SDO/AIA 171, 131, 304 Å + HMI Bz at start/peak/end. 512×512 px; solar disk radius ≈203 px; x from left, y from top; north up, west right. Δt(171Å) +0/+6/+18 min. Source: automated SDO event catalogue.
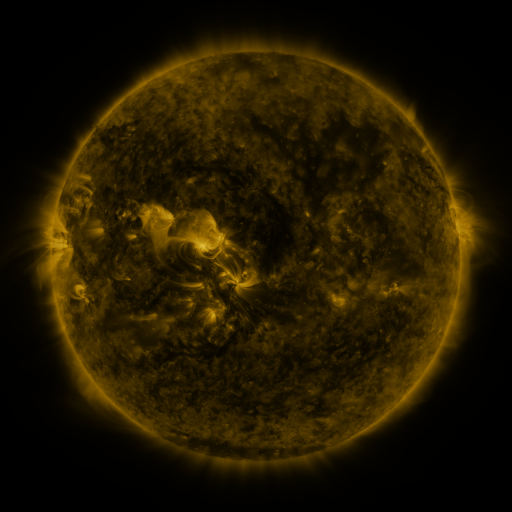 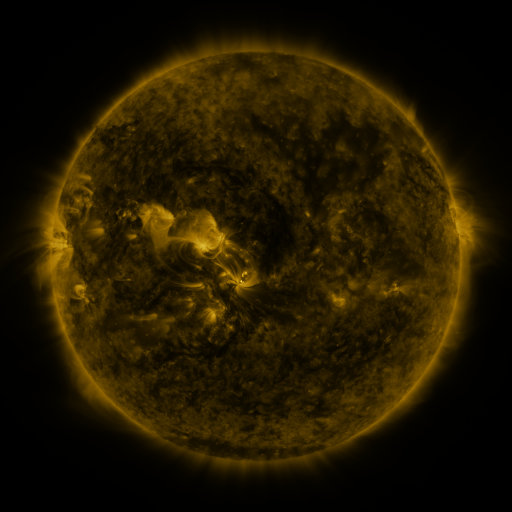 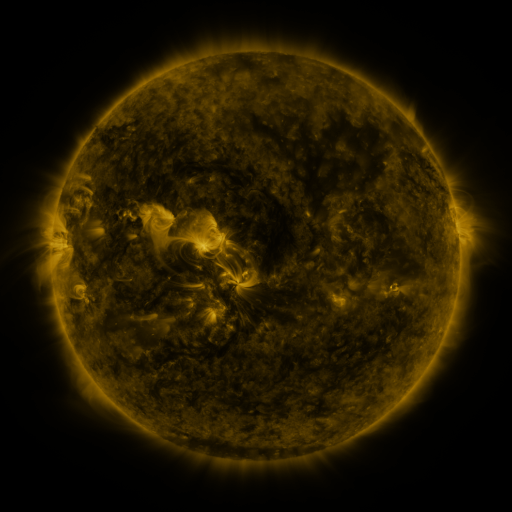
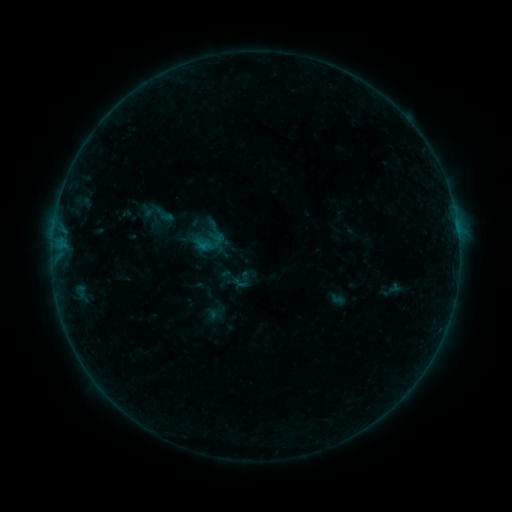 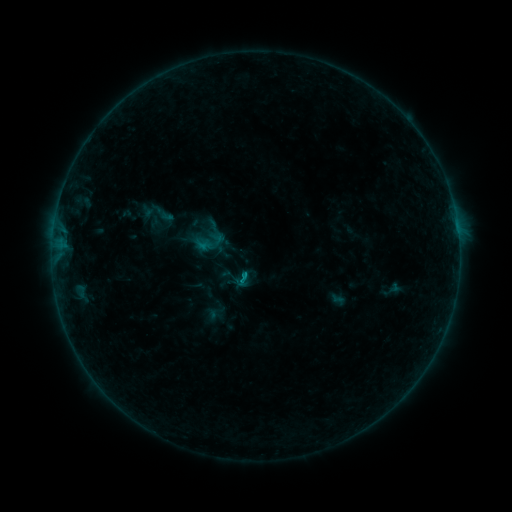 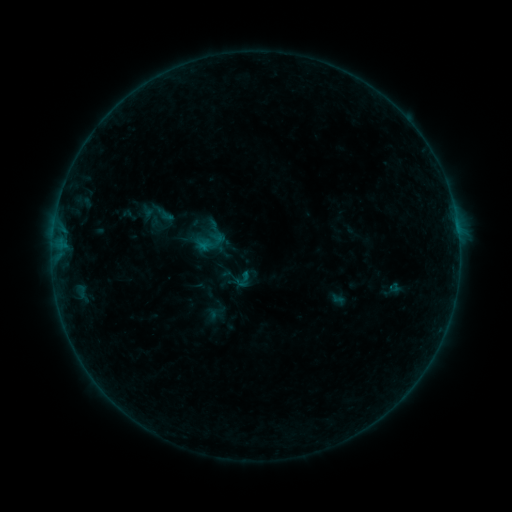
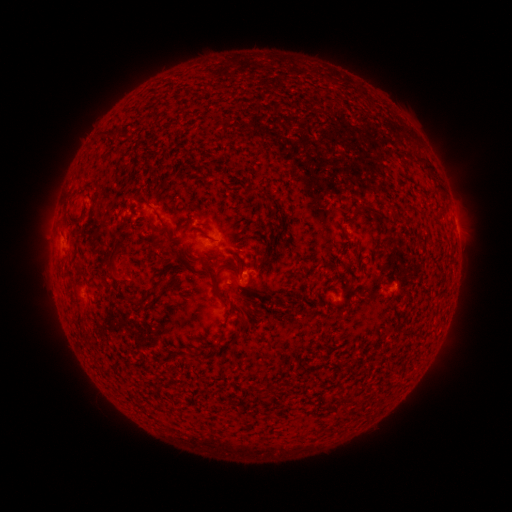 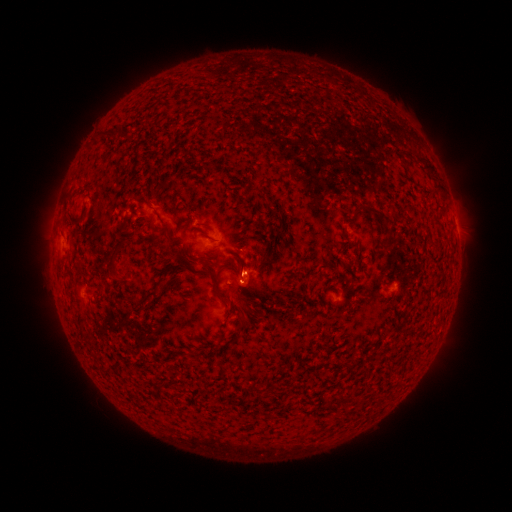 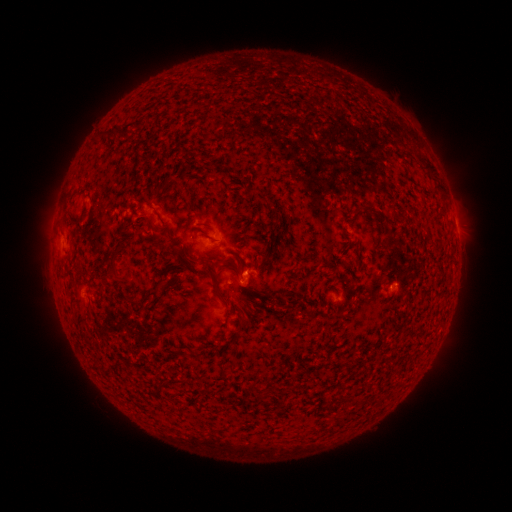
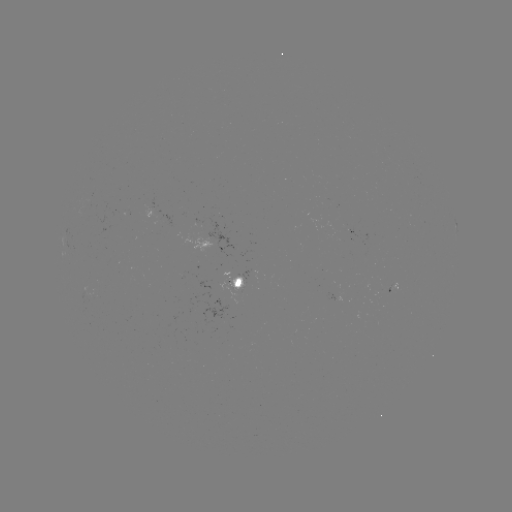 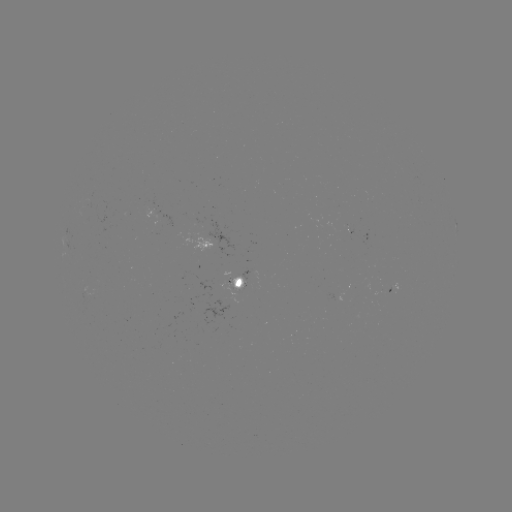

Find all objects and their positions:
B3.2 flare: (245, 274)
